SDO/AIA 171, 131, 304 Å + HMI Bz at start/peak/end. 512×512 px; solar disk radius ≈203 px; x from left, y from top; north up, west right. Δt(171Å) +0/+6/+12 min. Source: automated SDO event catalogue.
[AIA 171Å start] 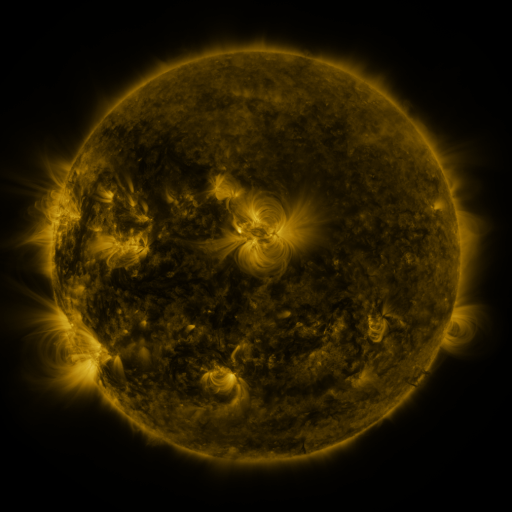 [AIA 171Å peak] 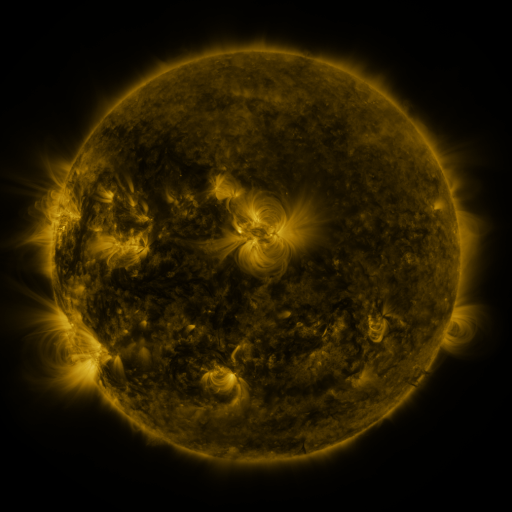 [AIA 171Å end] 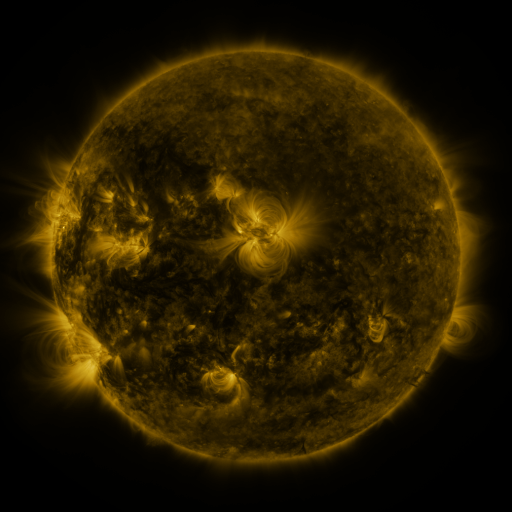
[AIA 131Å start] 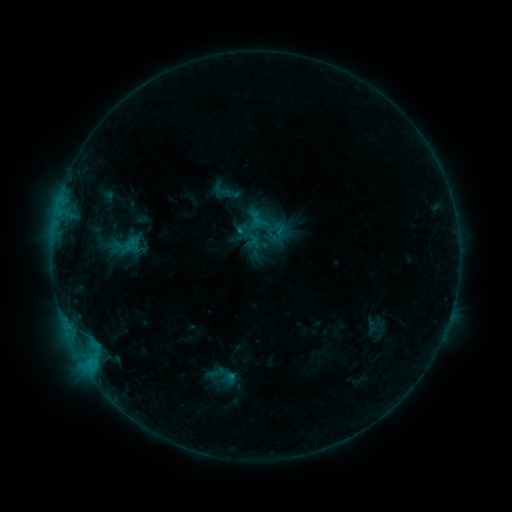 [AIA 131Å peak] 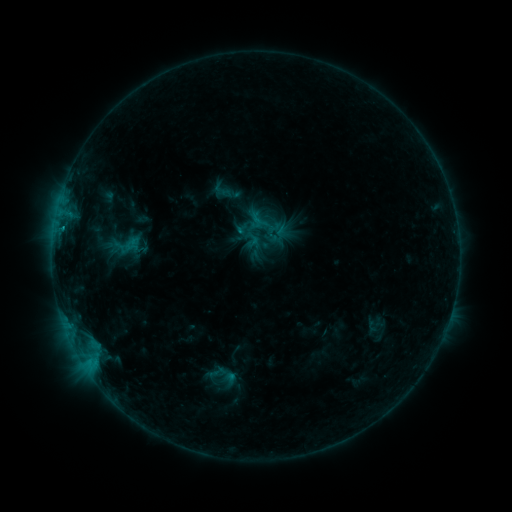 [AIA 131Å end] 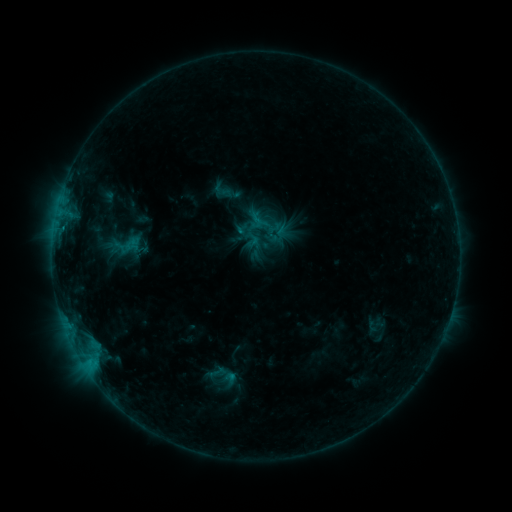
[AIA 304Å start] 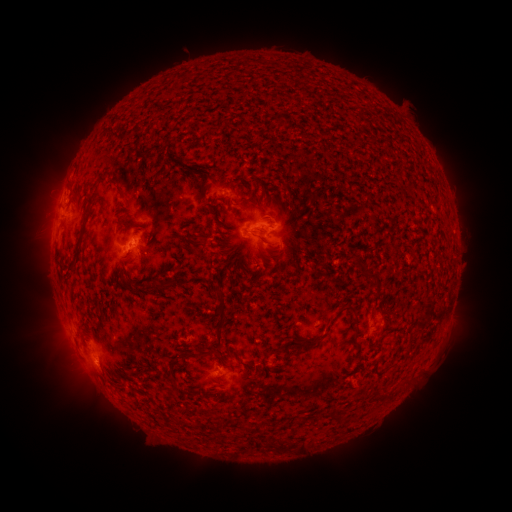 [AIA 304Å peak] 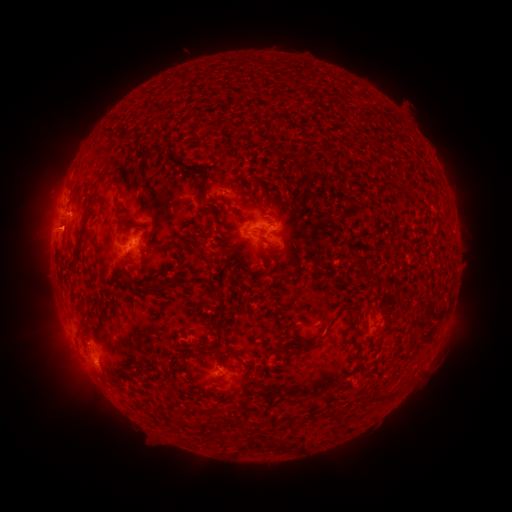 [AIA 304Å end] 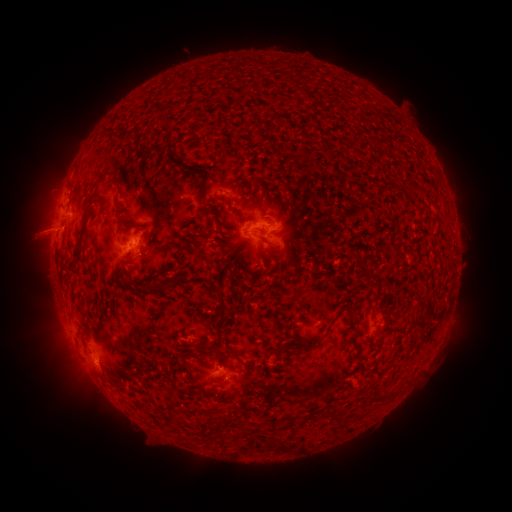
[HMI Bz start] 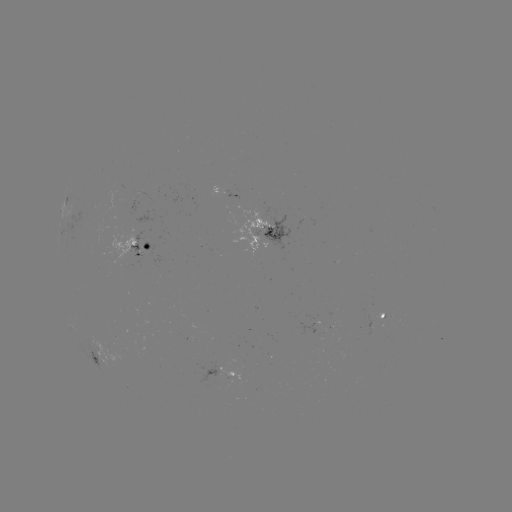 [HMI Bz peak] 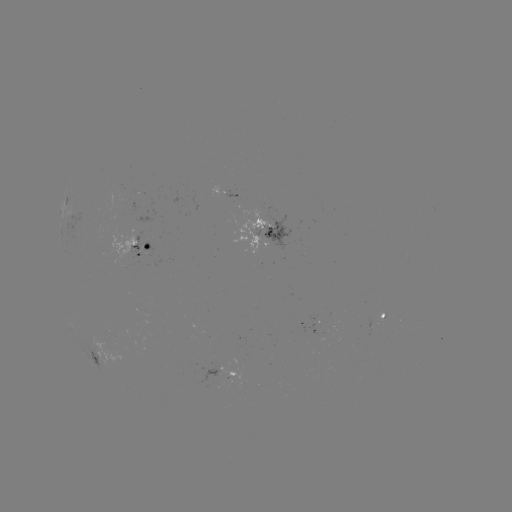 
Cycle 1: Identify eruption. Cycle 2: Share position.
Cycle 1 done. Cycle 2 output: (41, 231).